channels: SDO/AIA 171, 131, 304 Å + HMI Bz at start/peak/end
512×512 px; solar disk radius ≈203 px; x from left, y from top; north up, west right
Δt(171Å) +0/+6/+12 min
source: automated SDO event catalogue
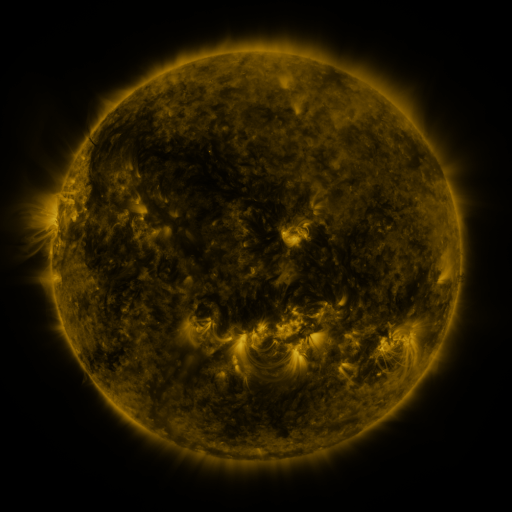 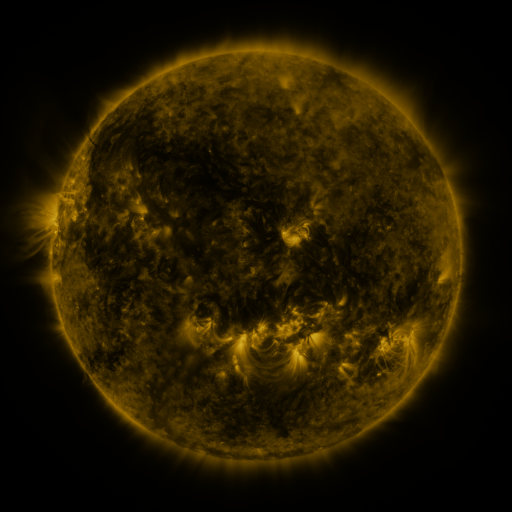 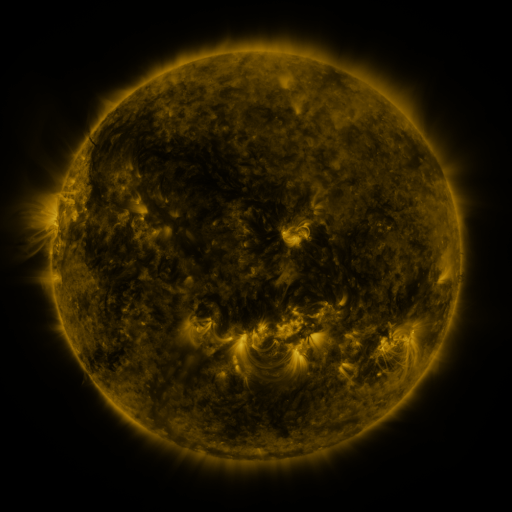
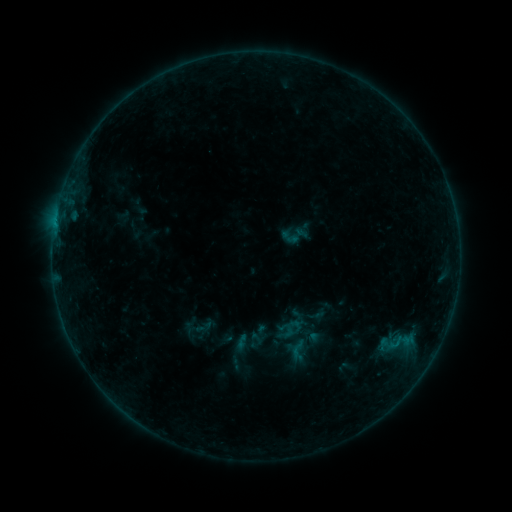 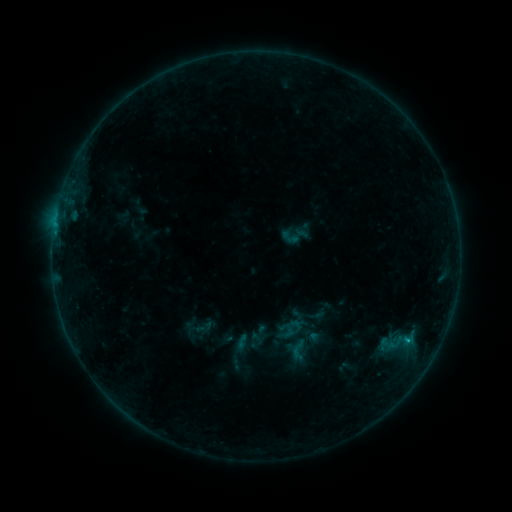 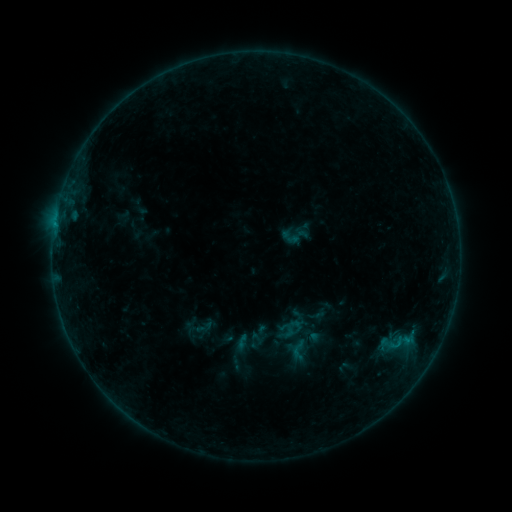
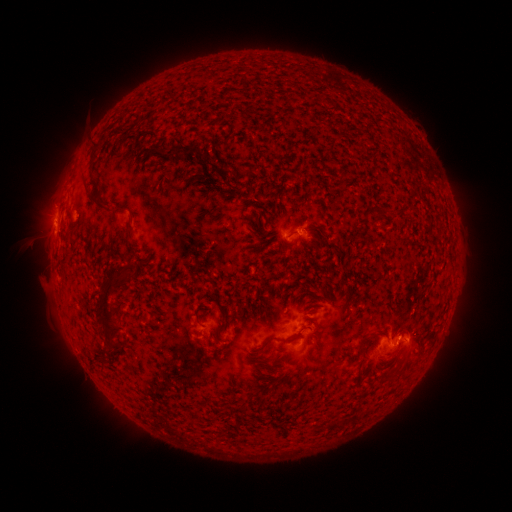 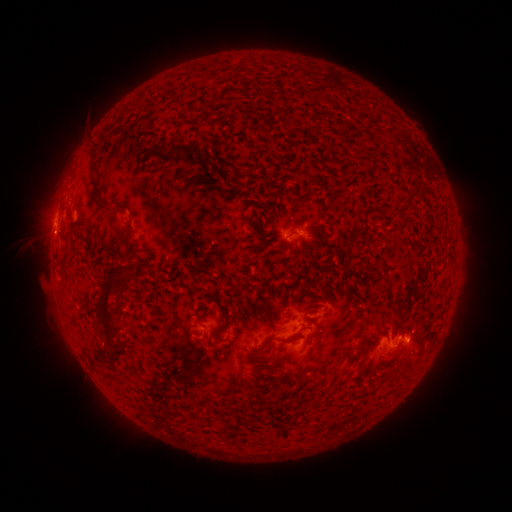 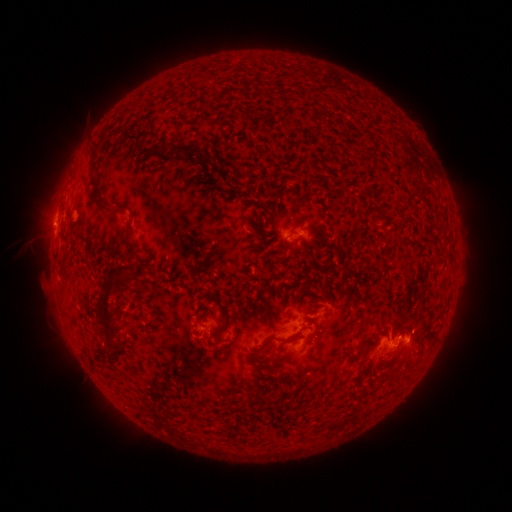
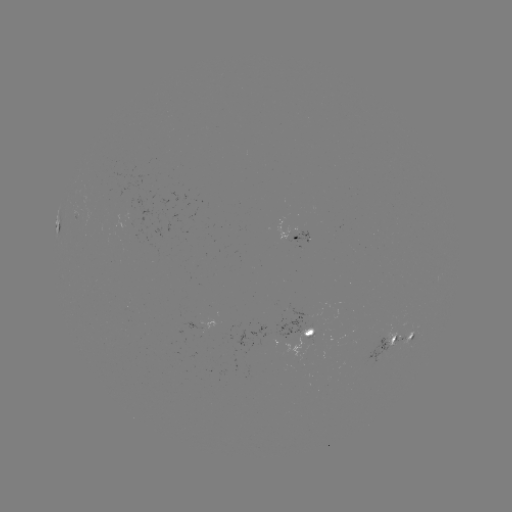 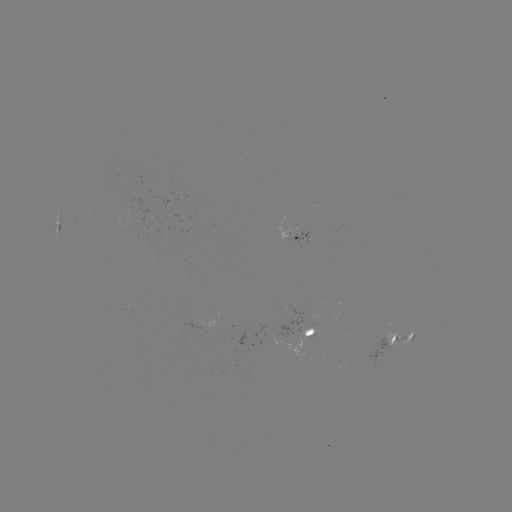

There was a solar flare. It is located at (406, 339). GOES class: B5.7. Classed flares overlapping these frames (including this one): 1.